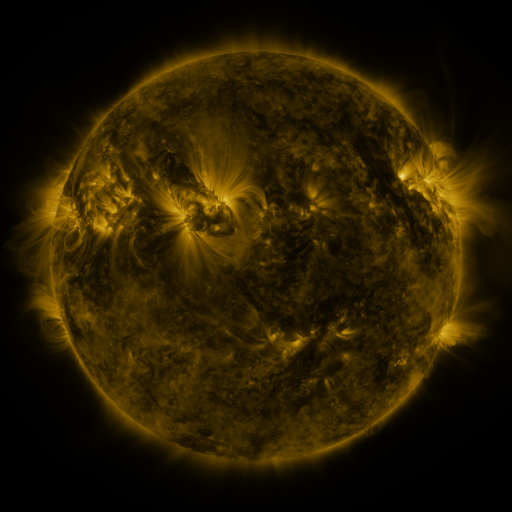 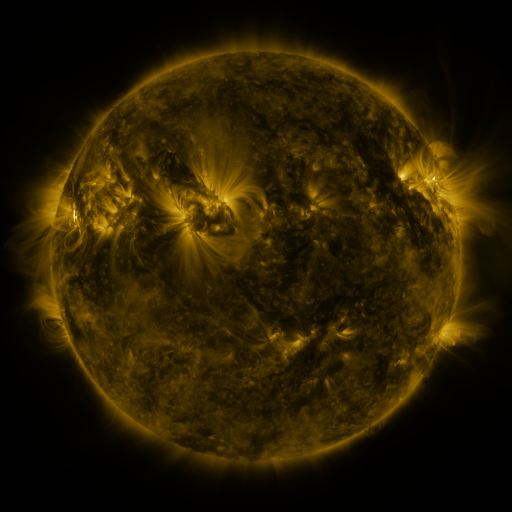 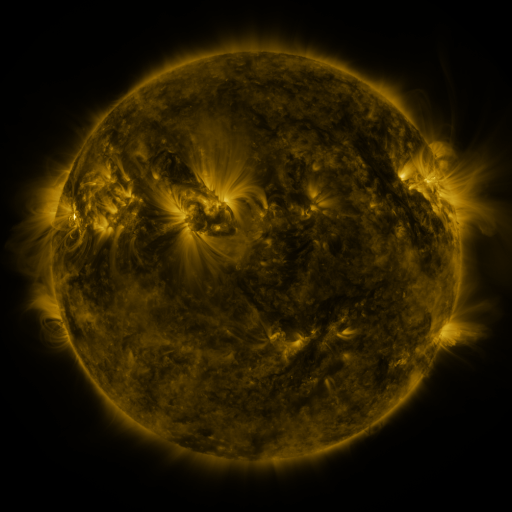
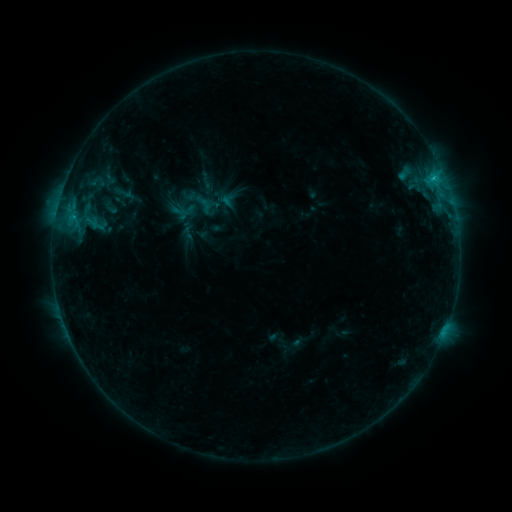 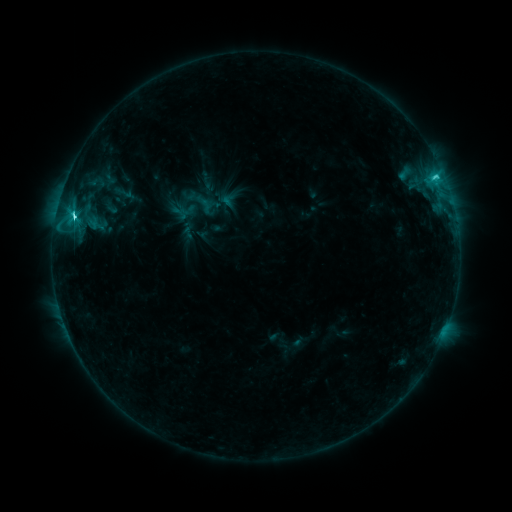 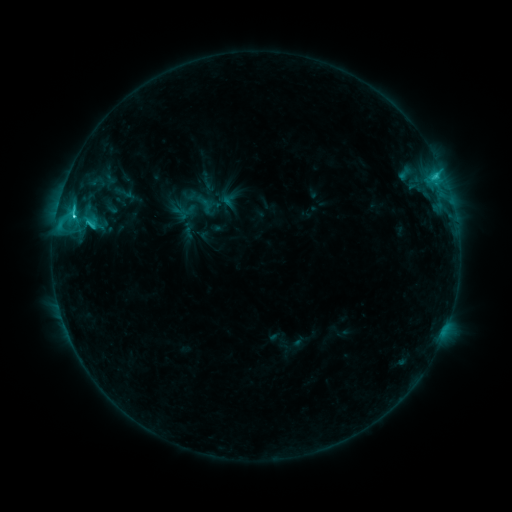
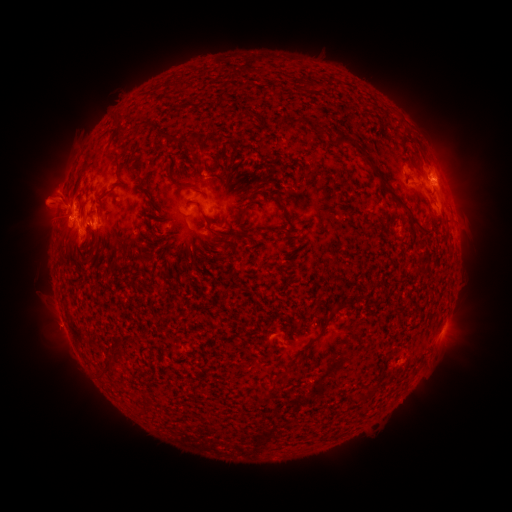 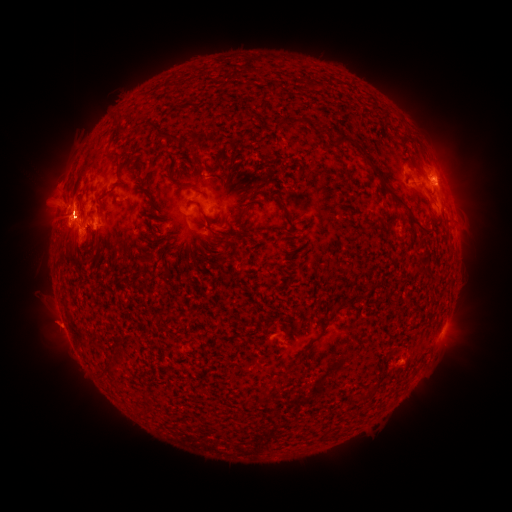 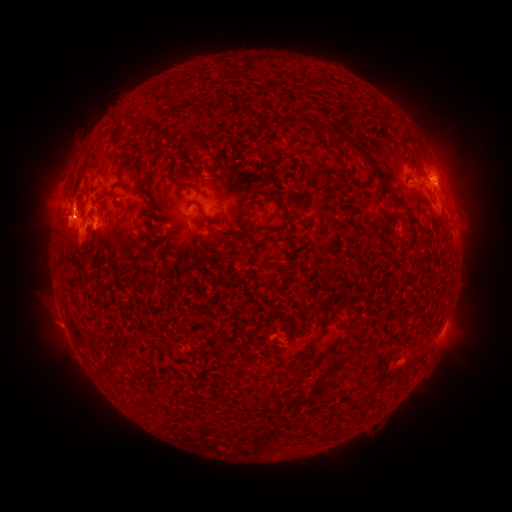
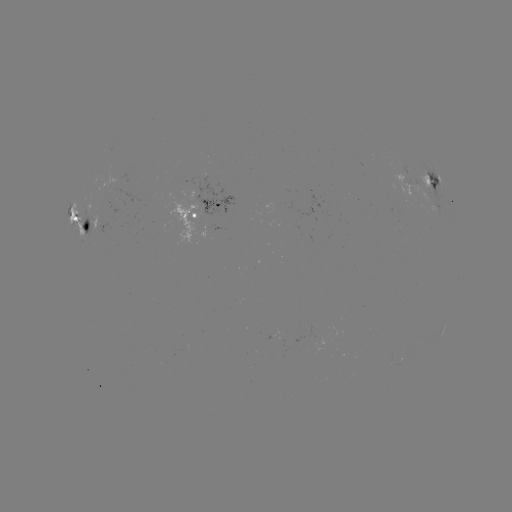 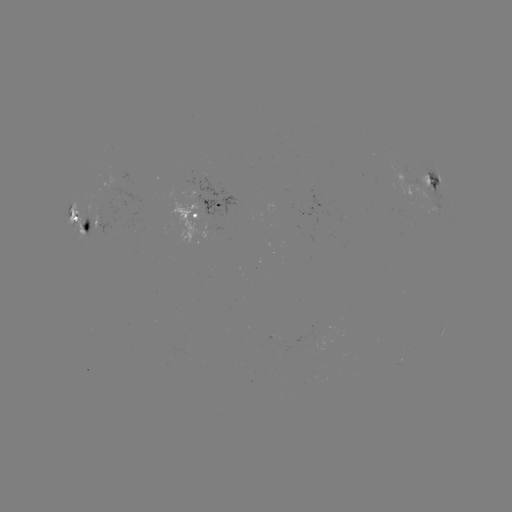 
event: flare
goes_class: C9.6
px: (435, 179)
